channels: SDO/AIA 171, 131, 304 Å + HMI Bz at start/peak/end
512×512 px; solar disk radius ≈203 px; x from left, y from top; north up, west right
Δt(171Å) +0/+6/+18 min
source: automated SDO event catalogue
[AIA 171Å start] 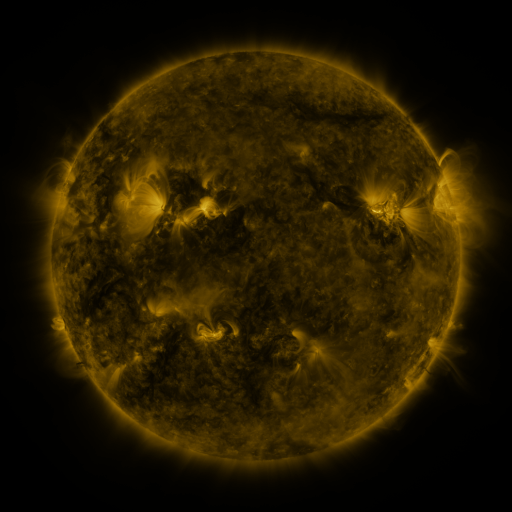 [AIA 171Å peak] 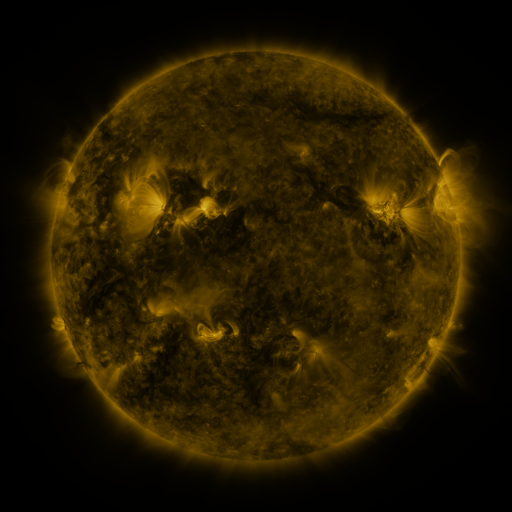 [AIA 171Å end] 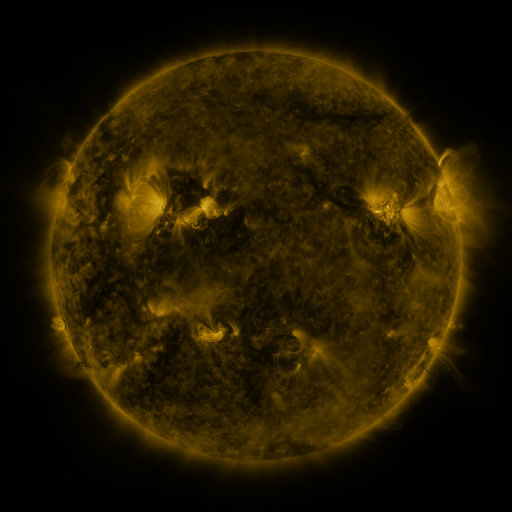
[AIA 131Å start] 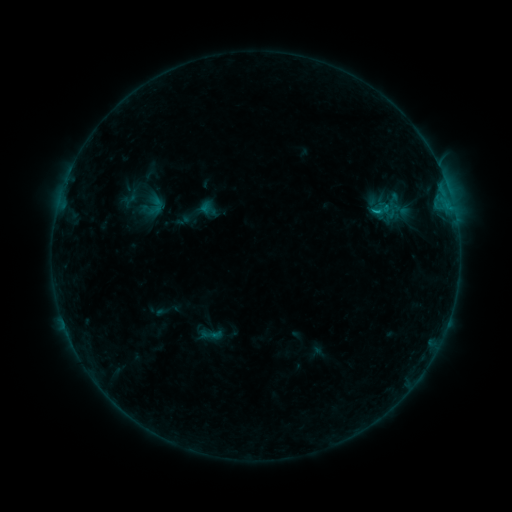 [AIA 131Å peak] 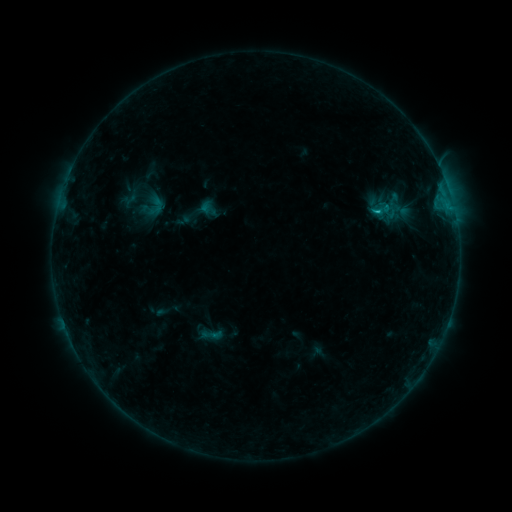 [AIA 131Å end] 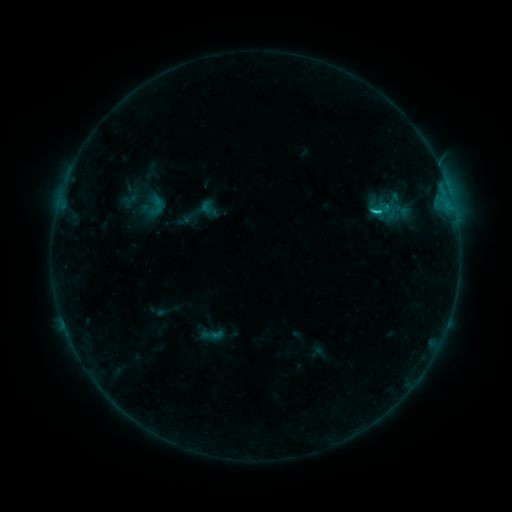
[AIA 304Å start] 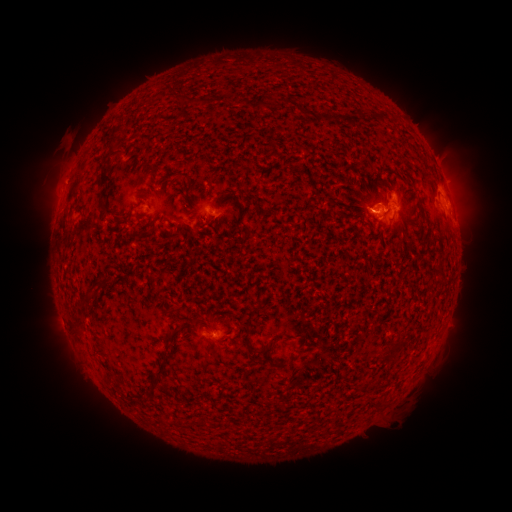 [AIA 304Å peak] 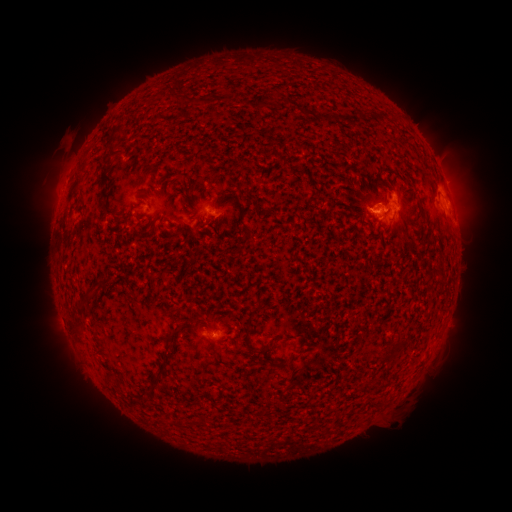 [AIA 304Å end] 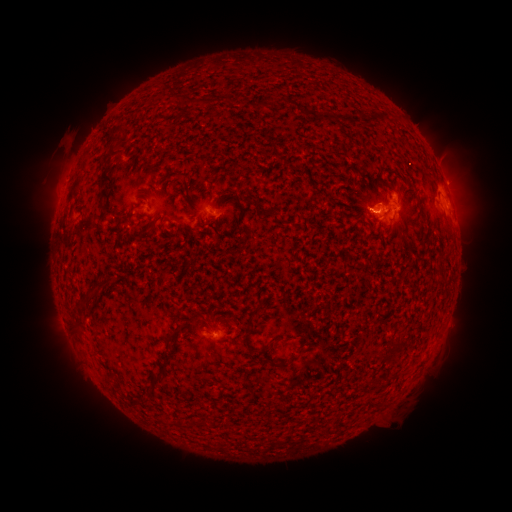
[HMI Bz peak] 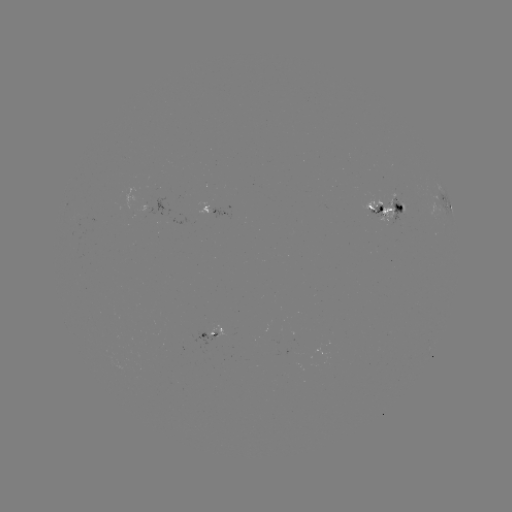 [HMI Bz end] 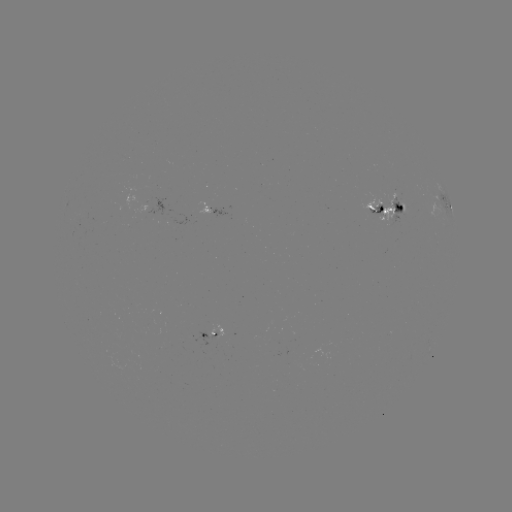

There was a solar flare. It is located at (376, 213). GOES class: C1.3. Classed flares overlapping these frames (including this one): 1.